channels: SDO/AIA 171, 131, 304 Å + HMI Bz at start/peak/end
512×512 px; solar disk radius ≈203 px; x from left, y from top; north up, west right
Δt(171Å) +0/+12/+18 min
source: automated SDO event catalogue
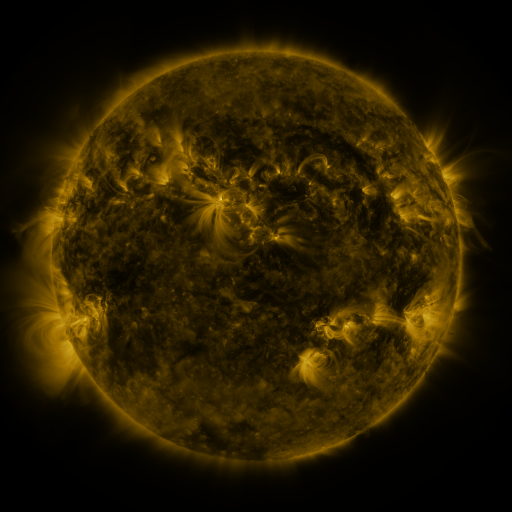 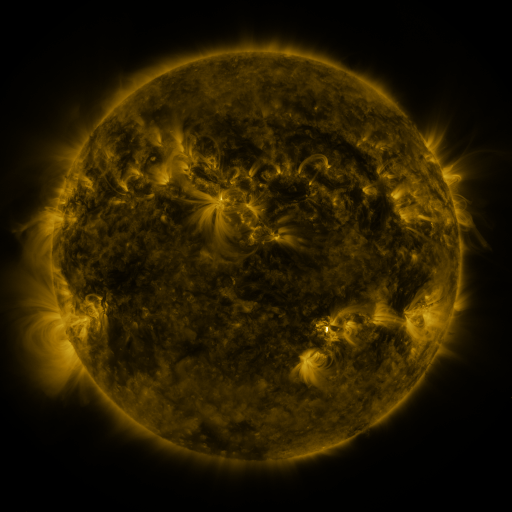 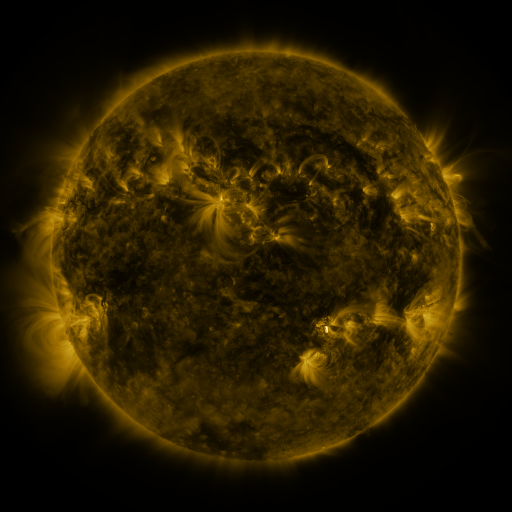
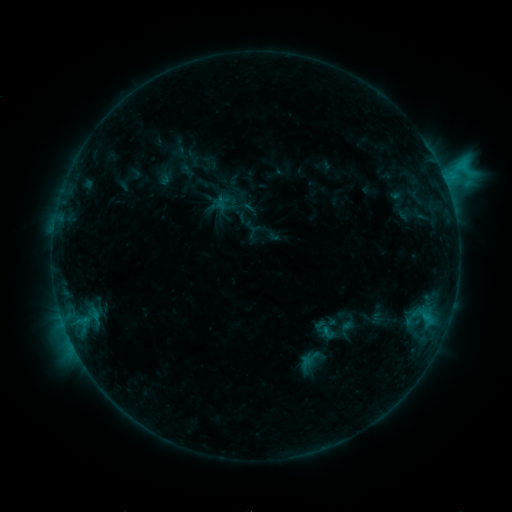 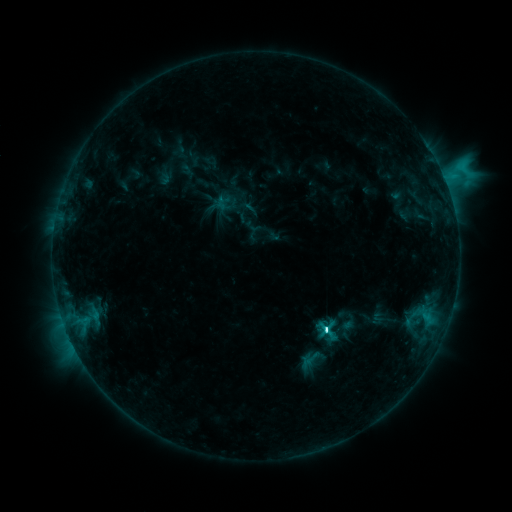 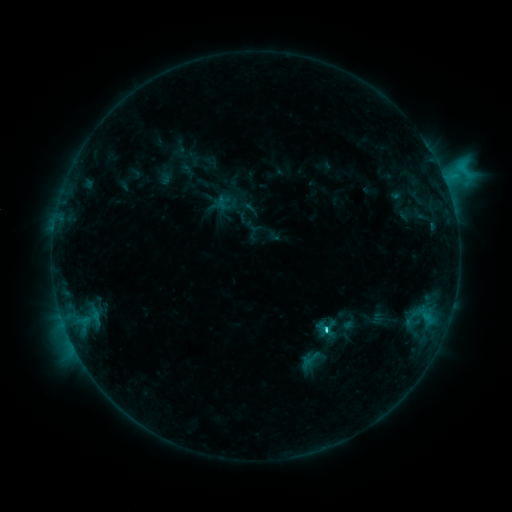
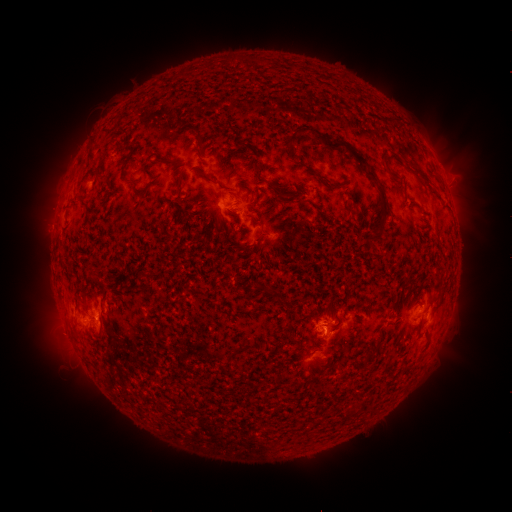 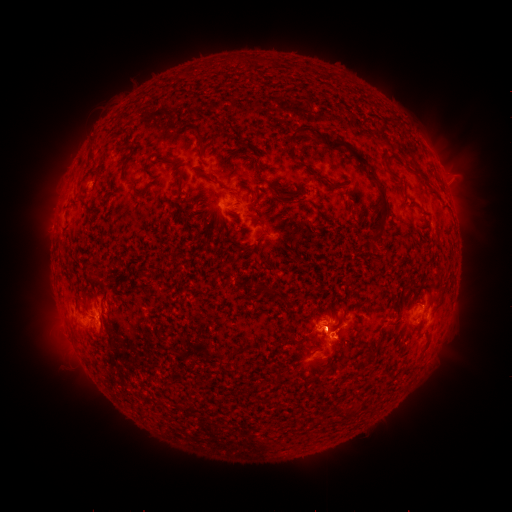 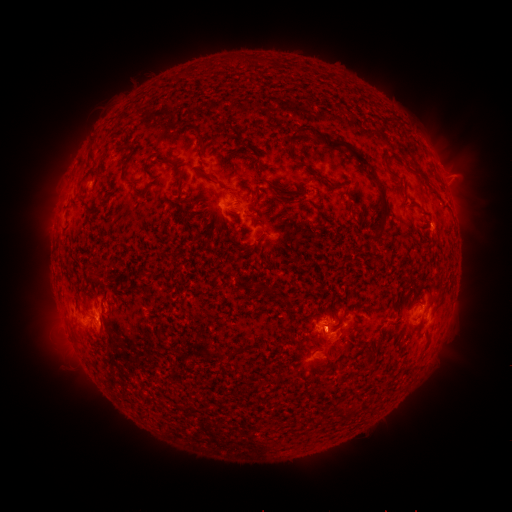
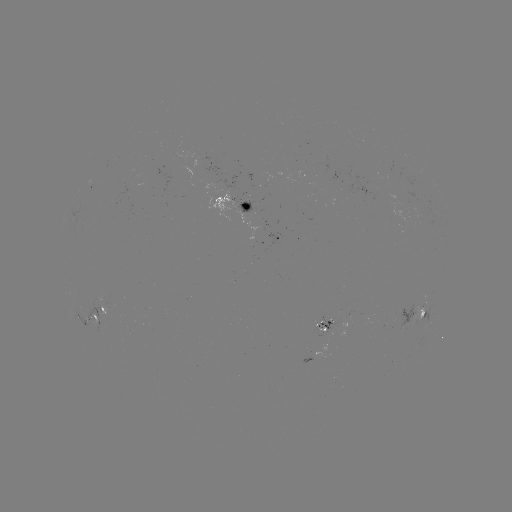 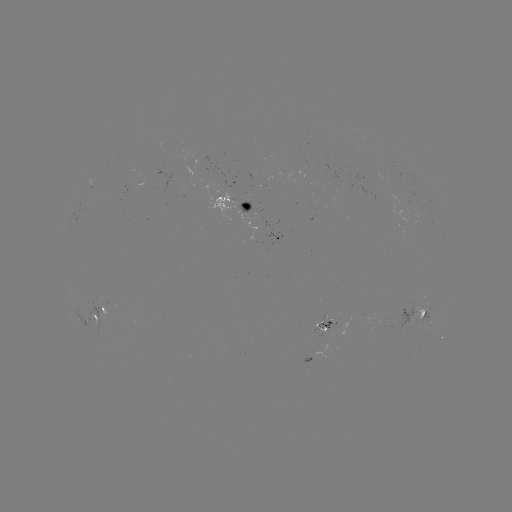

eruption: (278, 286, 391, 375)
